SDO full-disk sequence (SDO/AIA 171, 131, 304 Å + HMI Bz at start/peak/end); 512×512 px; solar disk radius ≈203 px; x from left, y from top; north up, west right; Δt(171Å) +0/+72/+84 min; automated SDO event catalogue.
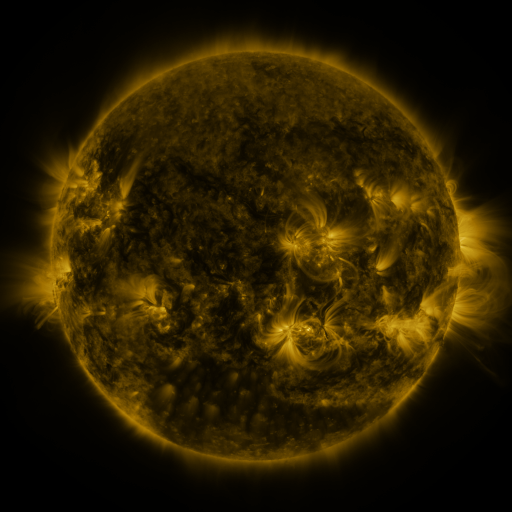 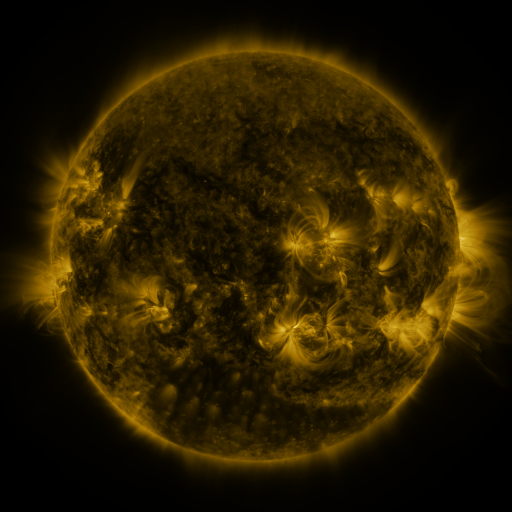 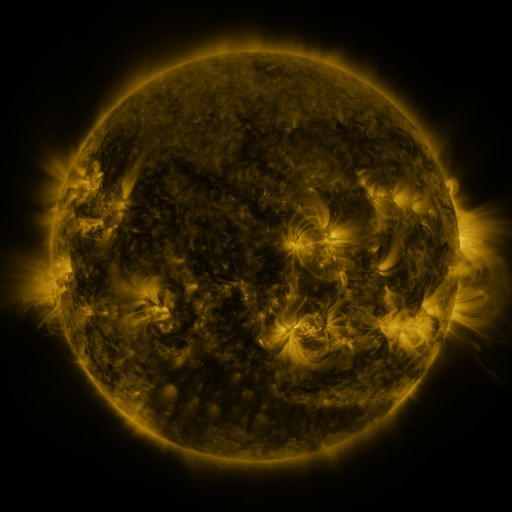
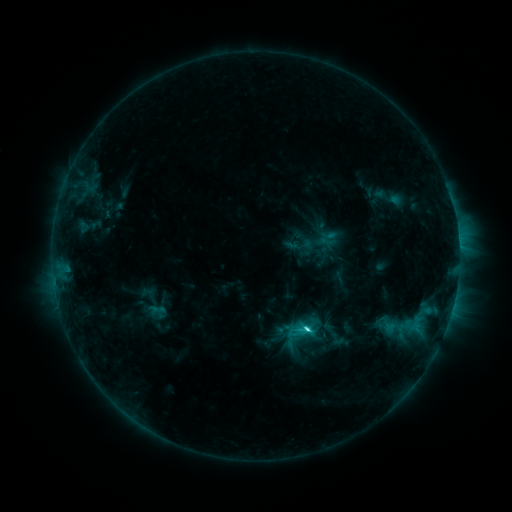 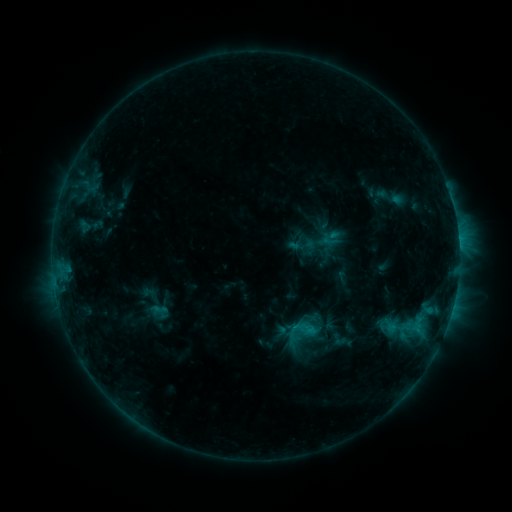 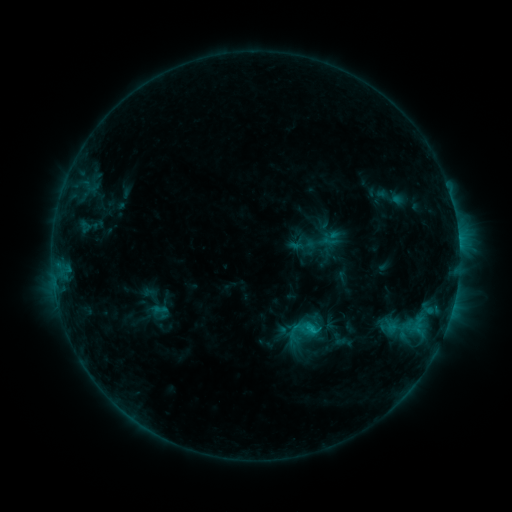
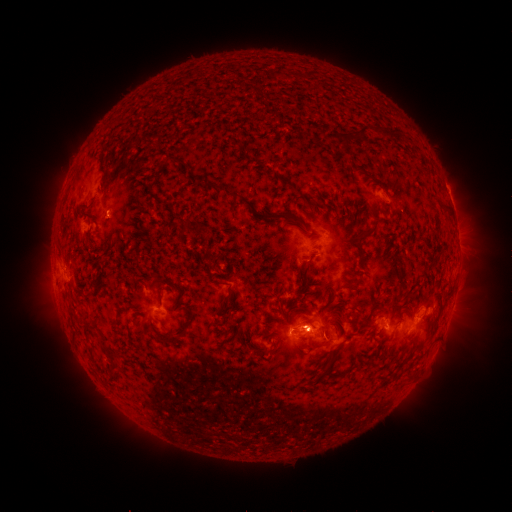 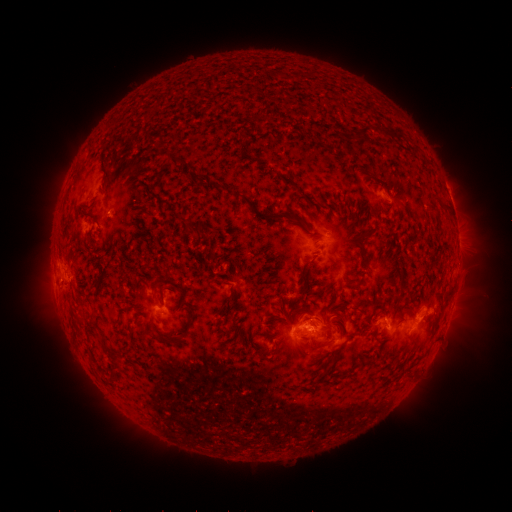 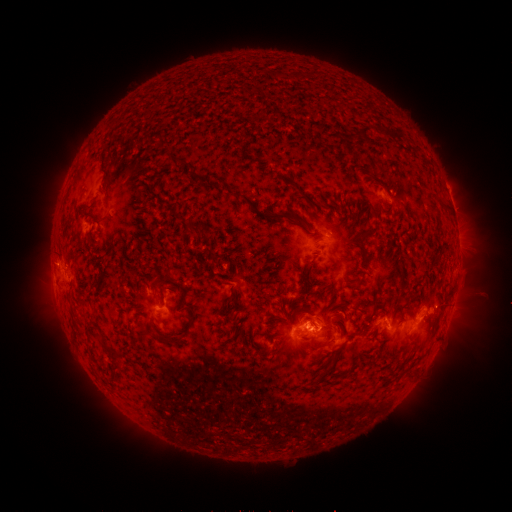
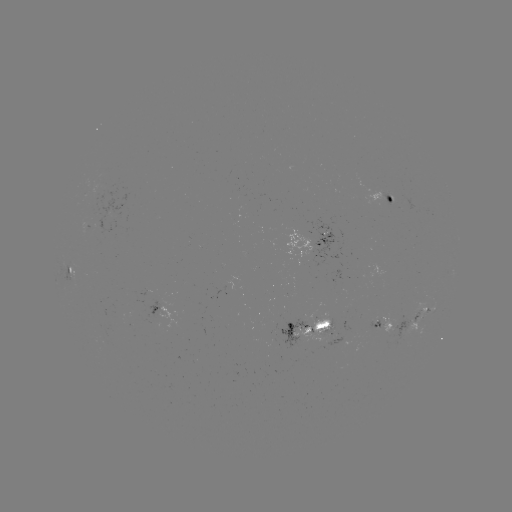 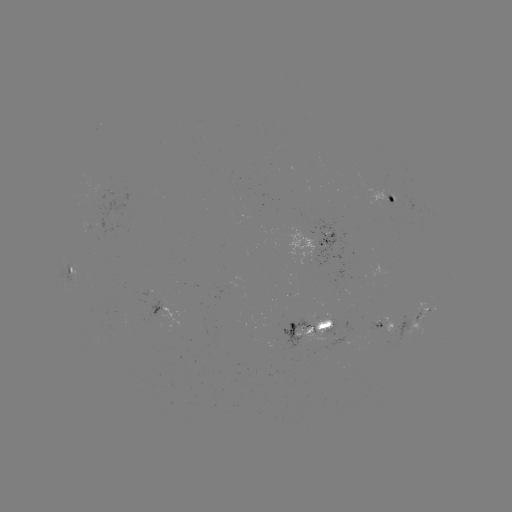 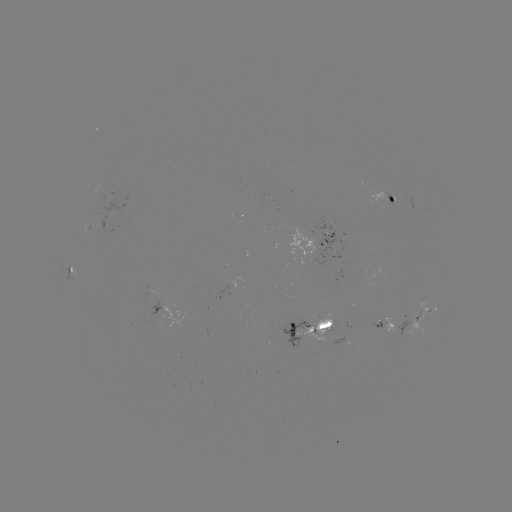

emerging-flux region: <bbox>413, 310, 420, 323</bbox>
